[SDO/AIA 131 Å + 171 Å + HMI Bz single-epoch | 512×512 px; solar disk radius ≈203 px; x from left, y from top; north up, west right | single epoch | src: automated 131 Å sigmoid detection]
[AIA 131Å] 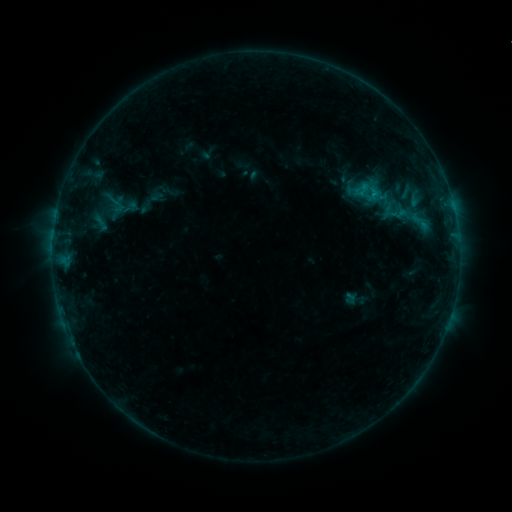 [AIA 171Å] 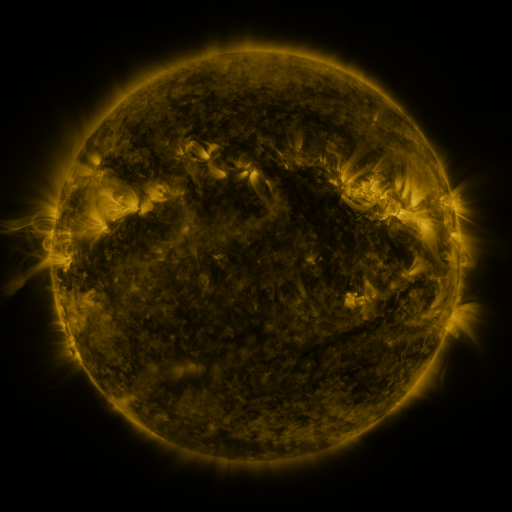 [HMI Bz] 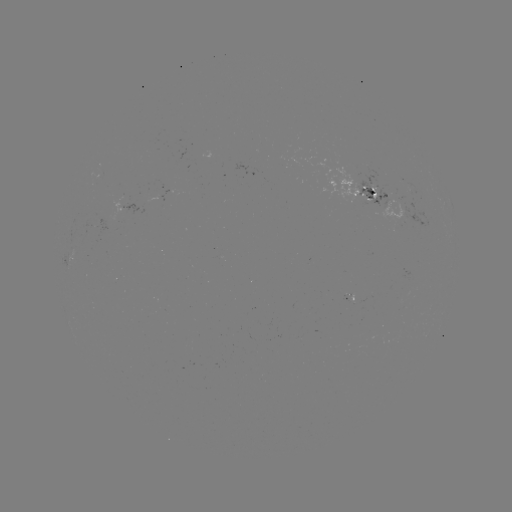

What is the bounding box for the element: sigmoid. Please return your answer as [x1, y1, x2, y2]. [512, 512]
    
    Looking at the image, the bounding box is [397, 203, 421, 228].